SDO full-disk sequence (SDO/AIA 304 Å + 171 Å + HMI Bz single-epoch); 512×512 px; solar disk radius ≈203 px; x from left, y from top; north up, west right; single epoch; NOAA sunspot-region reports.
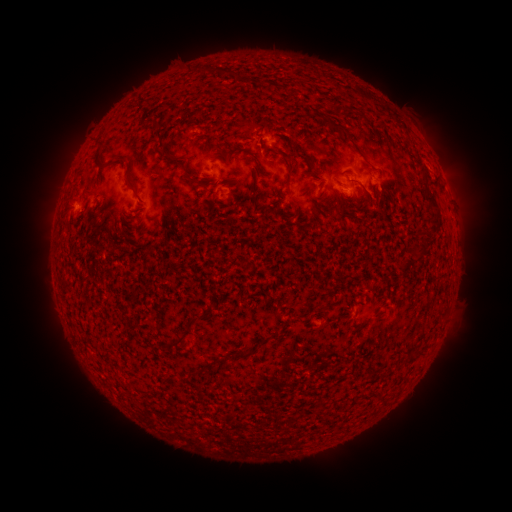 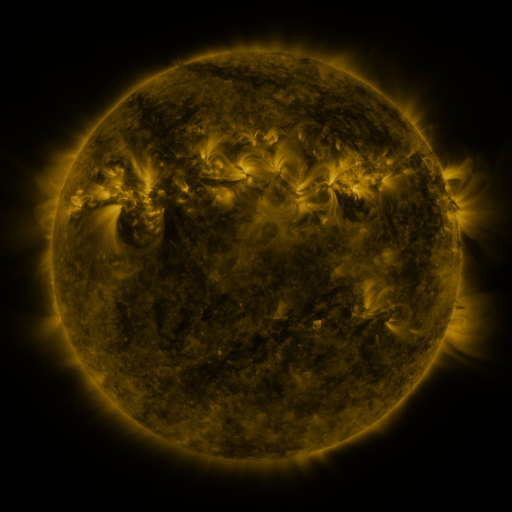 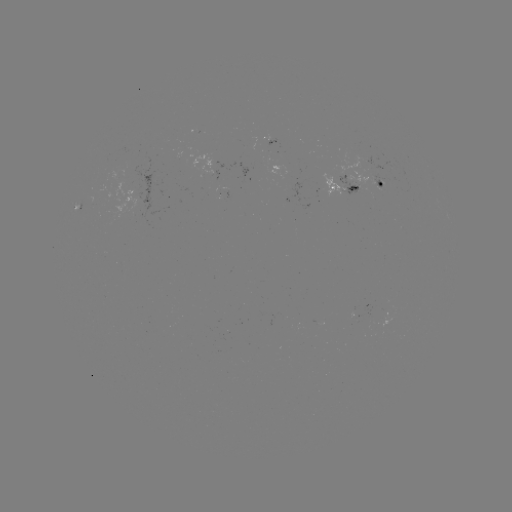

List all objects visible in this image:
spotted active region: (344, 185)
spotted active region: (383, 187)
